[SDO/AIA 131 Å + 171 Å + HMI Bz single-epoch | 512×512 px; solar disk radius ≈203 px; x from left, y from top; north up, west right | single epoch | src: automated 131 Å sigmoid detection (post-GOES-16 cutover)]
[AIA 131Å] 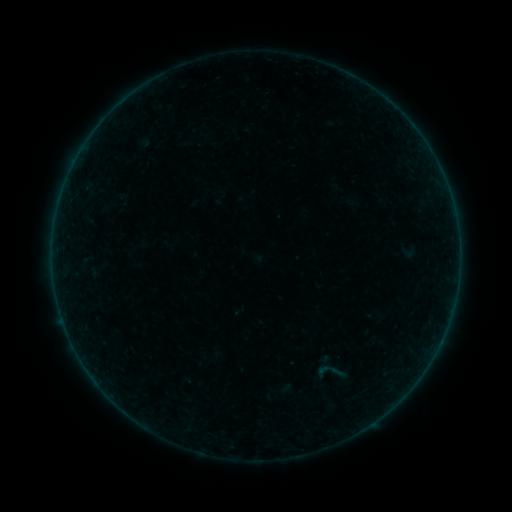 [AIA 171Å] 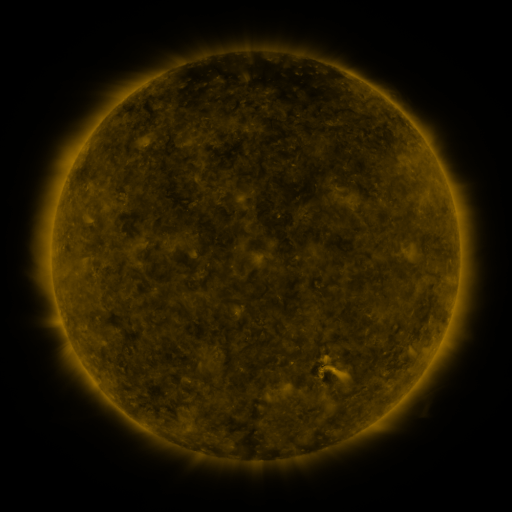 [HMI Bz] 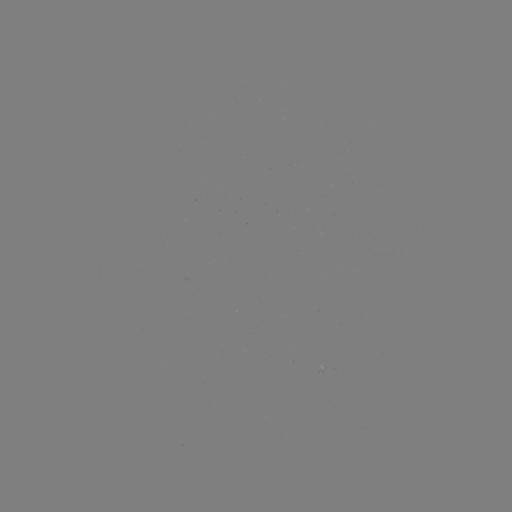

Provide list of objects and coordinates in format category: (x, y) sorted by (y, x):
sigmoid: (330, 372)
